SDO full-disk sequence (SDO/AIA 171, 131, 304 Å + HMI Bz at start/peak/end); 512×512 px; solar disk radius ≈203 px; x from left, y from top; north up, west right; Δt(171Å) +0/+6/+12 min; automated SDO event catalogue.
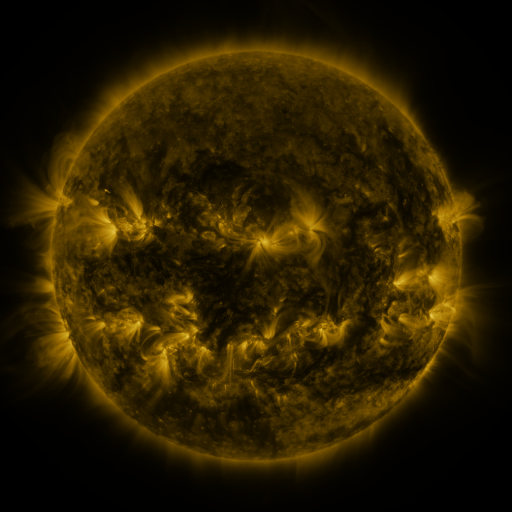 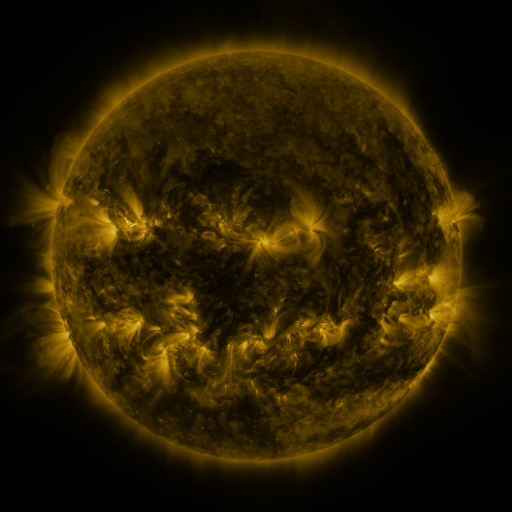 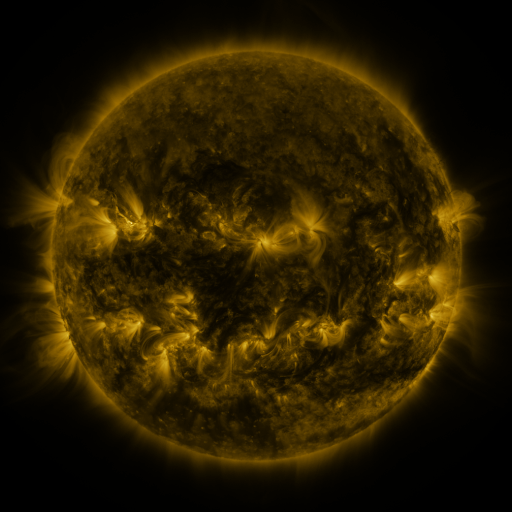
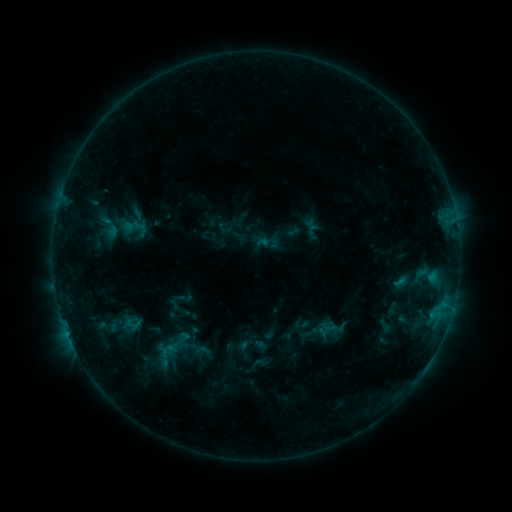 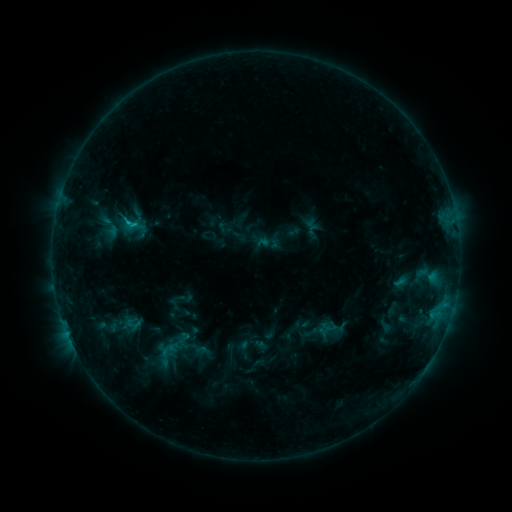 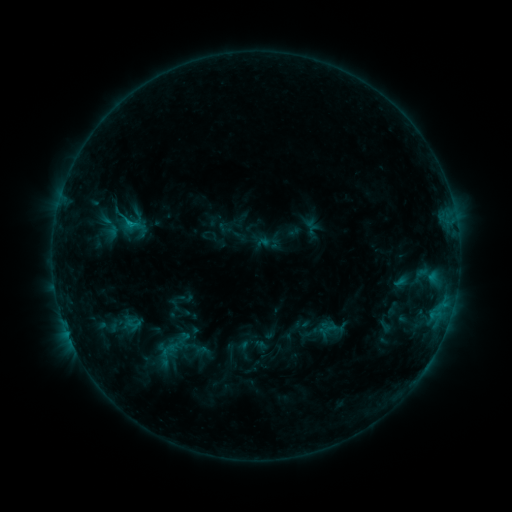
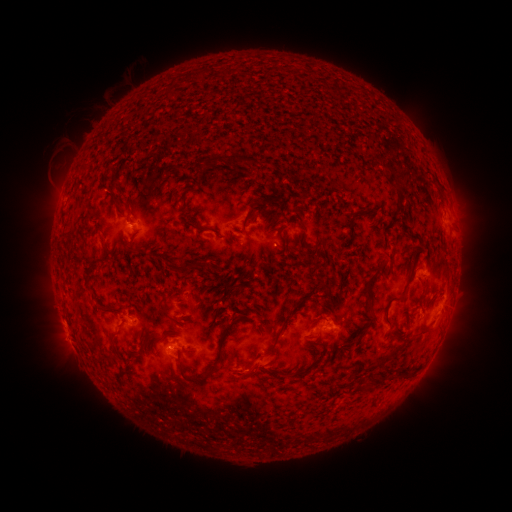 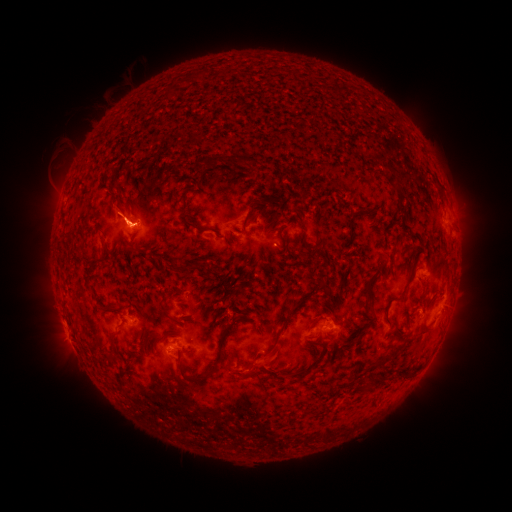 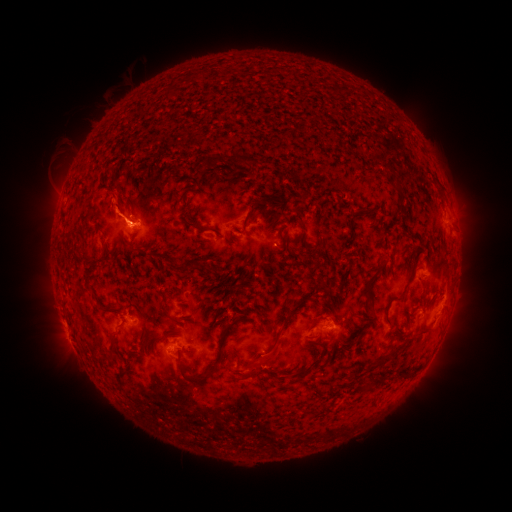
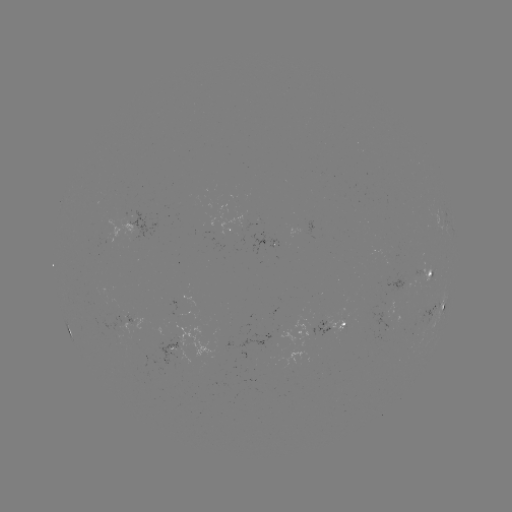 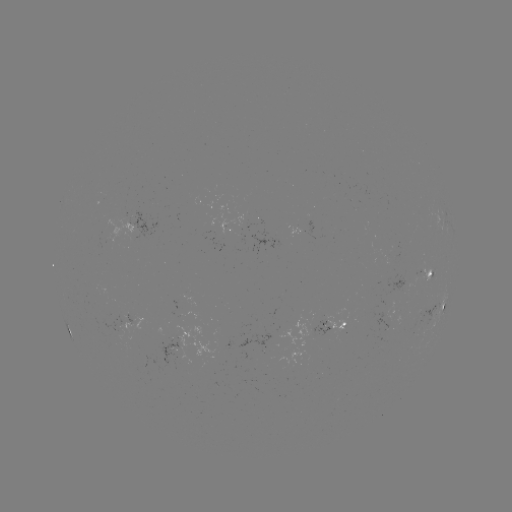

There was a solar flare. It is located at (128, 223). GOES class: B7.2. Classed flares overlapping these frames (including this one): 1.